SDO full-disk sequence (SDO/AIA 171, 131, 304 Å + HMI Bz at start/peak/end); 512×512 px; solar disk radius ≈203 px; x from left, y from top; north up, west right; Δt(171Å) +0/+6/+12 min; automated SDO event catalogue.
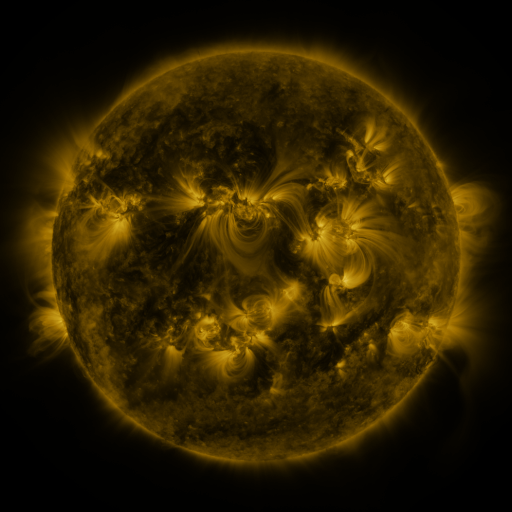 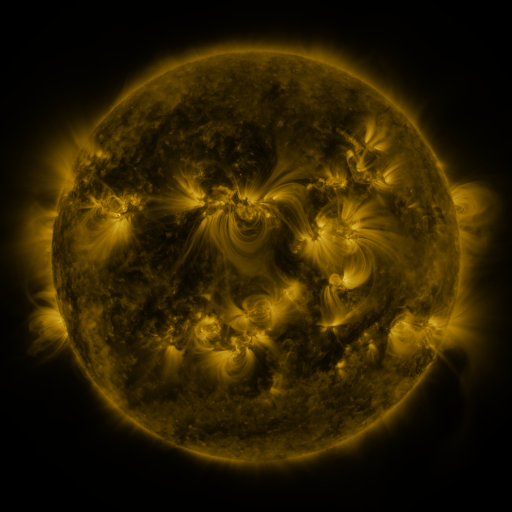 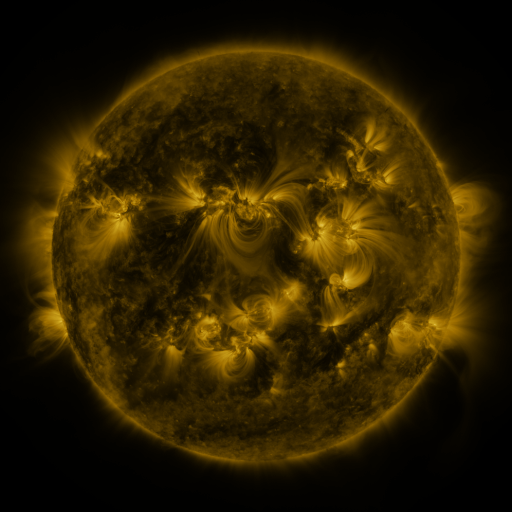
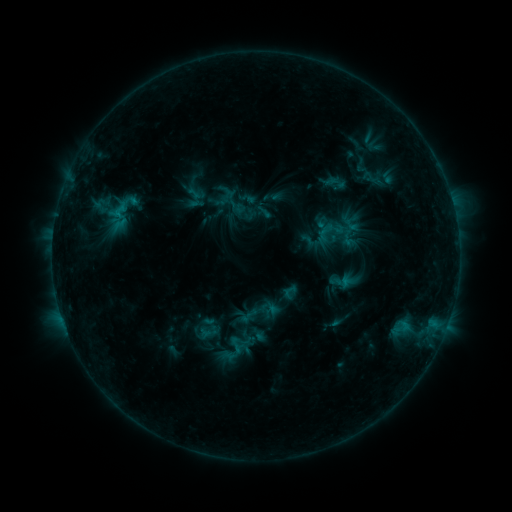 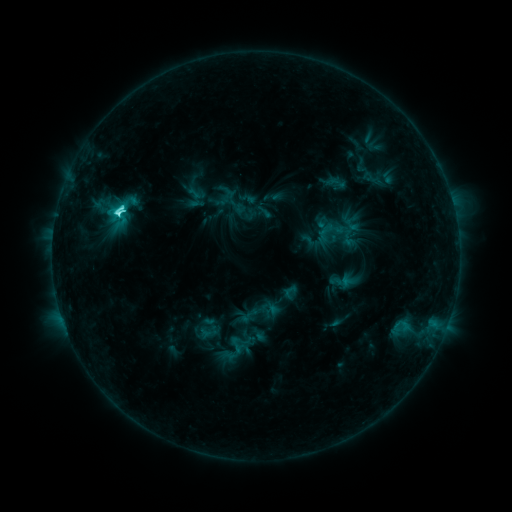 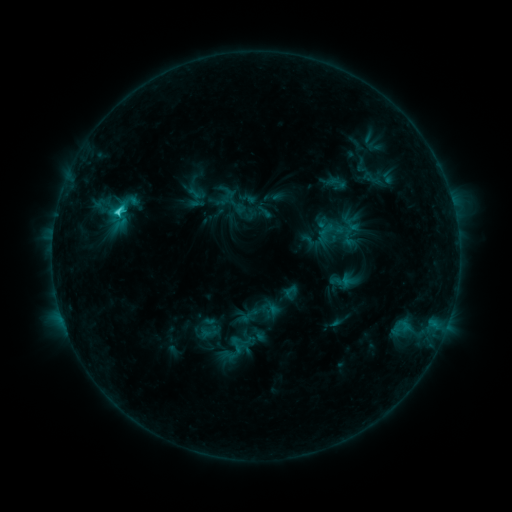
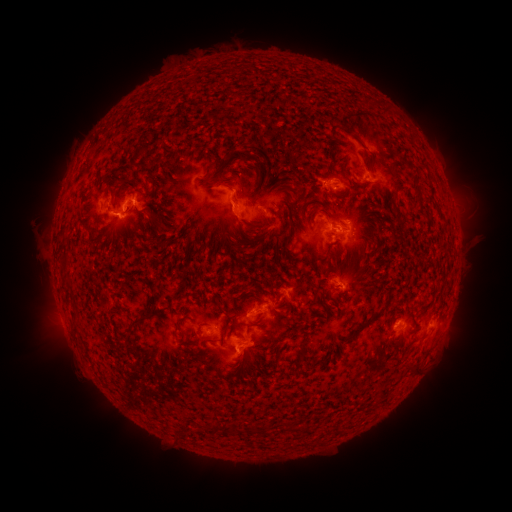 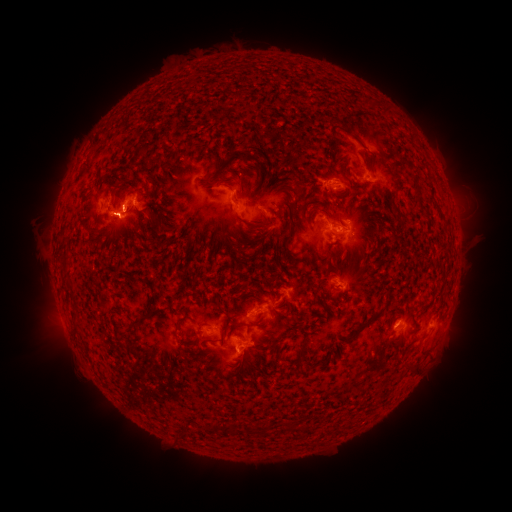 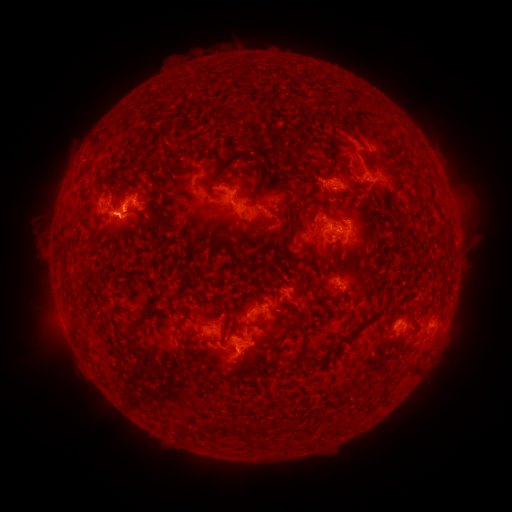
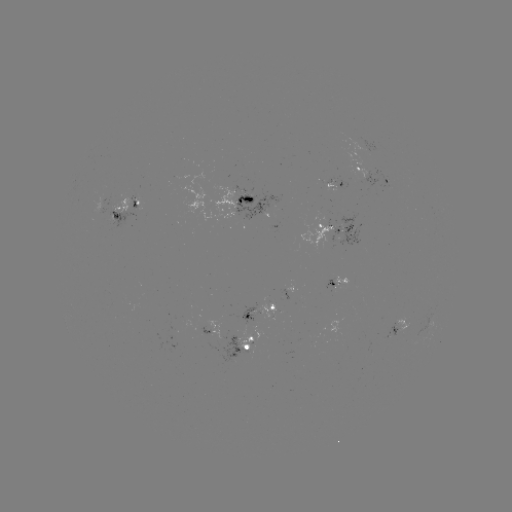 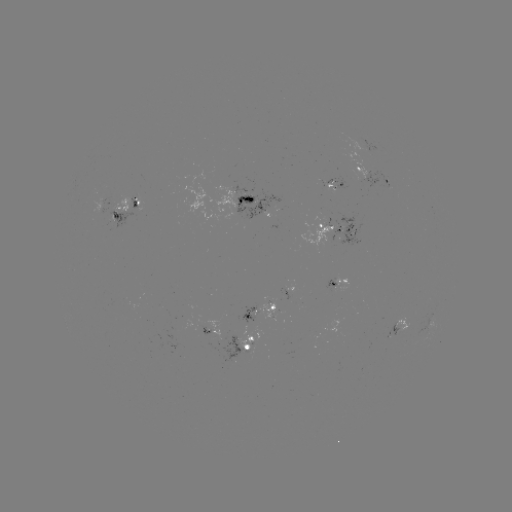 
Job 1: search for C4.8 flare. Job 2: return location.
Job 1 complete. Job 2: (119, 214).